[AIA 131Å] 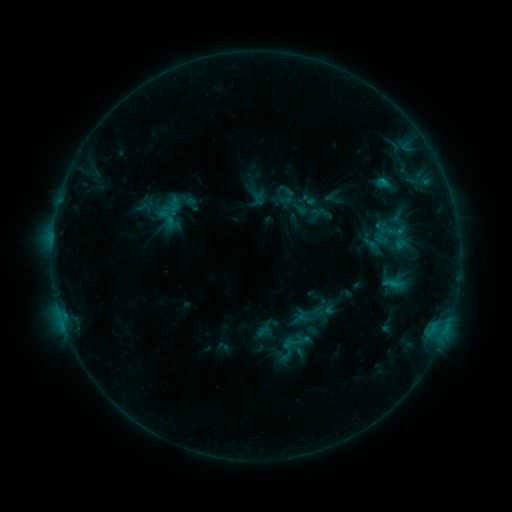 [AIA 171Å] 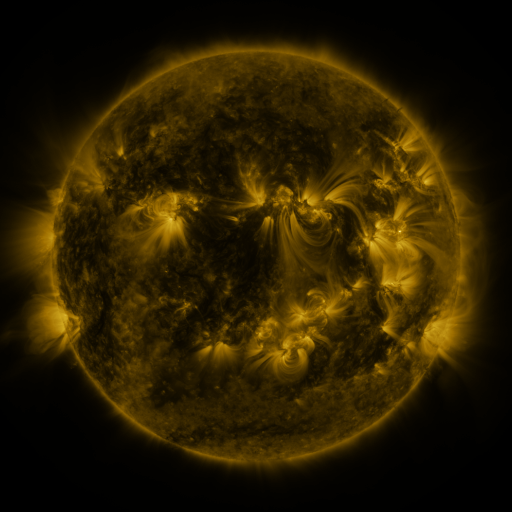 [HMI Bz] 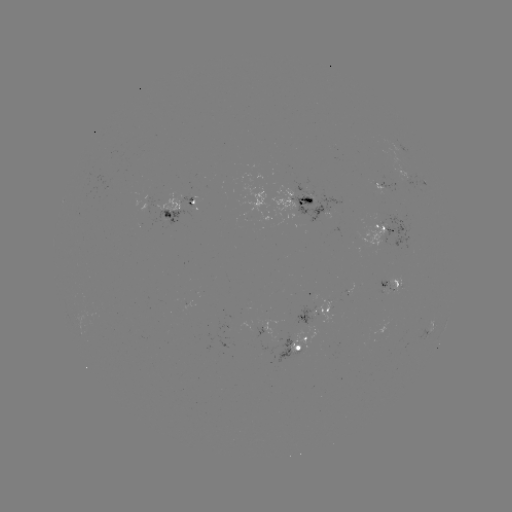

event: sigmoid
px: (289, 195)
